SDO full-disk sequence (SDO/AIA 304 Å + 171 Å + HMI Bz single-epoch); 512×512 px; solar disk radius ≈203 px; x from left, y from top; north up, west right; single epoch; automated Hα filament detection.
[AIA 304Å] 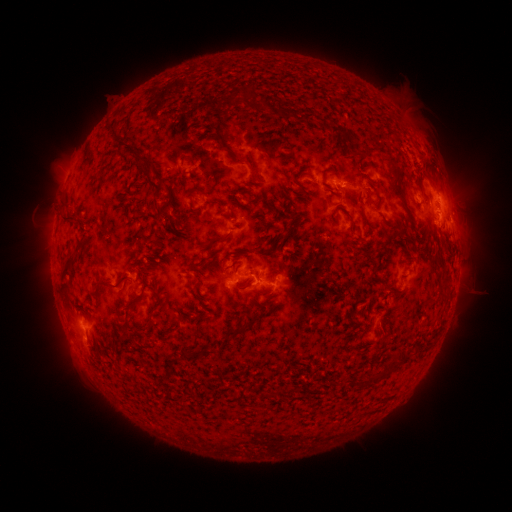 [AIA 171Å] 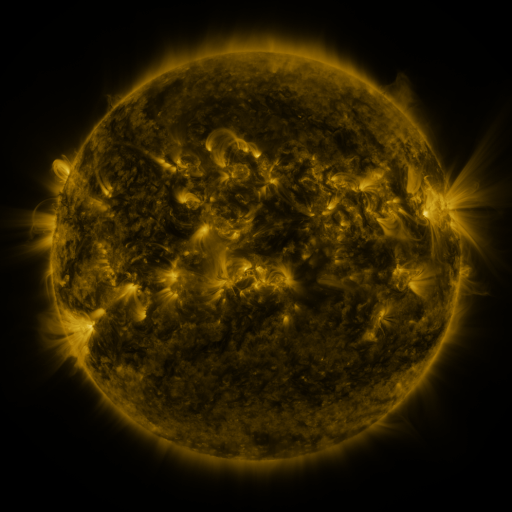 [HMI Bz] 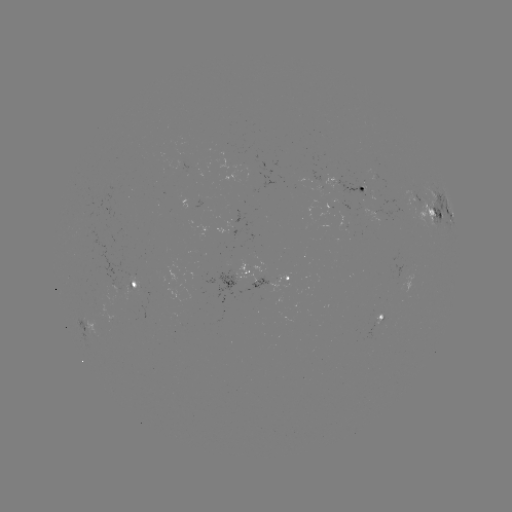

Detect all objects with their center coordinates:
filament: (248, 87)
filament: (280, 112)
filament: (303, 115)
filament: (343, 133)
filament: (221, 136)
filament: (241, 163)
filament: (192, 167)
filament: (327, 170)
filament: (148, 180)
filament: (293, 180)
filament: (160, 212)
filament: (69, 222)
filament: (368, 223)
filament: (214, 242)
filament: (216, 267)
filament: (66, 274)
filament: (149, 276)
filament: (197, 281)
filament: (112, 287)
filament: (136, 301)
filament: (200, 303)
filament: (240, 331)
filament: (204, 351)
filament: (393, 362)
filament: (168, 378)
filament: (371, 379)
